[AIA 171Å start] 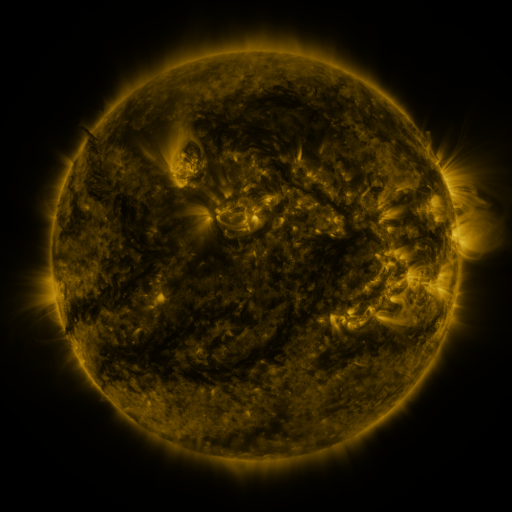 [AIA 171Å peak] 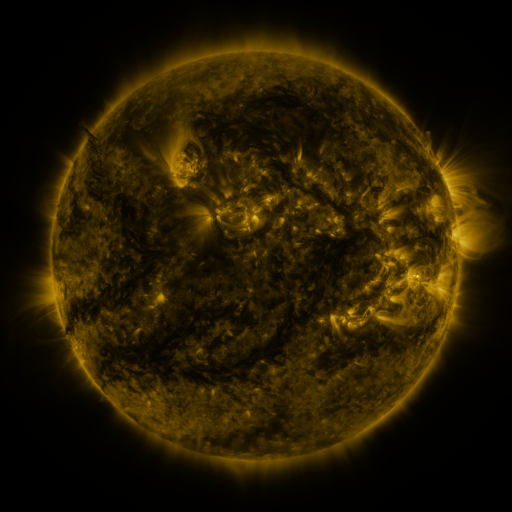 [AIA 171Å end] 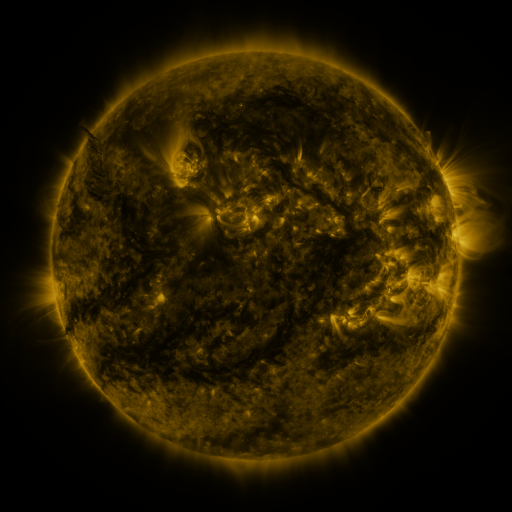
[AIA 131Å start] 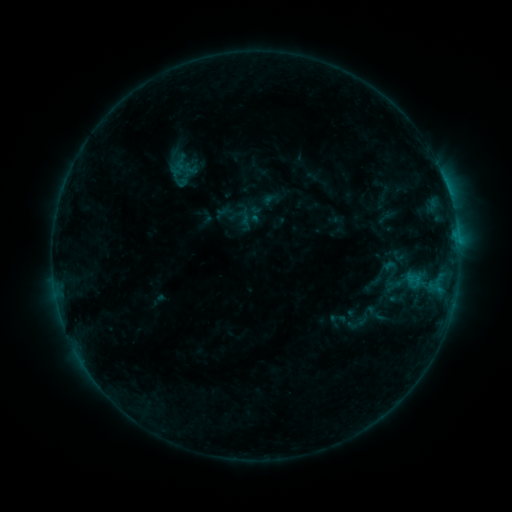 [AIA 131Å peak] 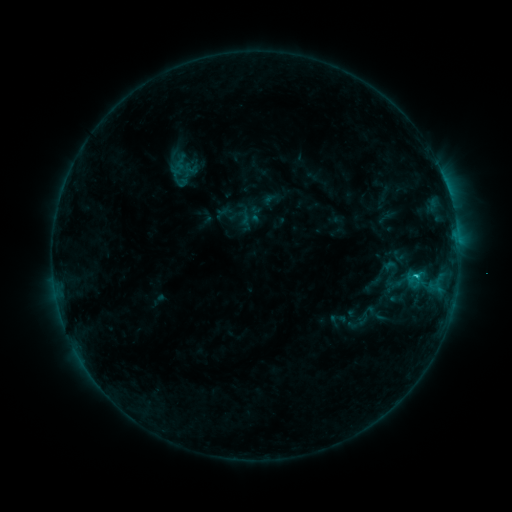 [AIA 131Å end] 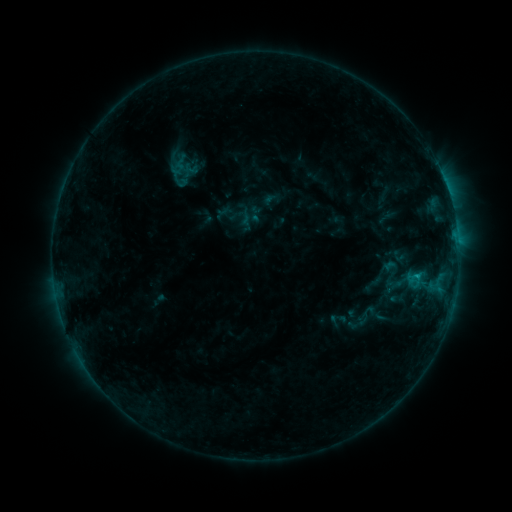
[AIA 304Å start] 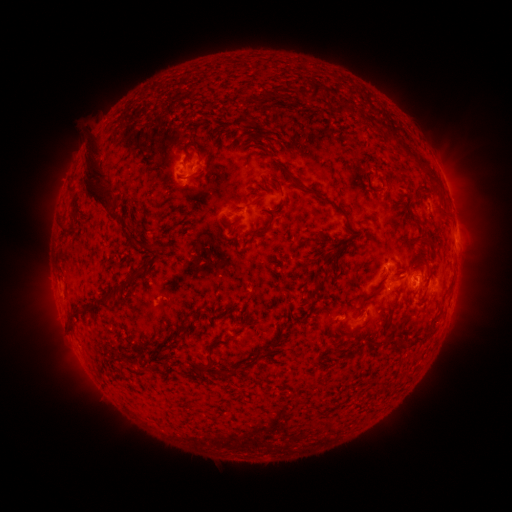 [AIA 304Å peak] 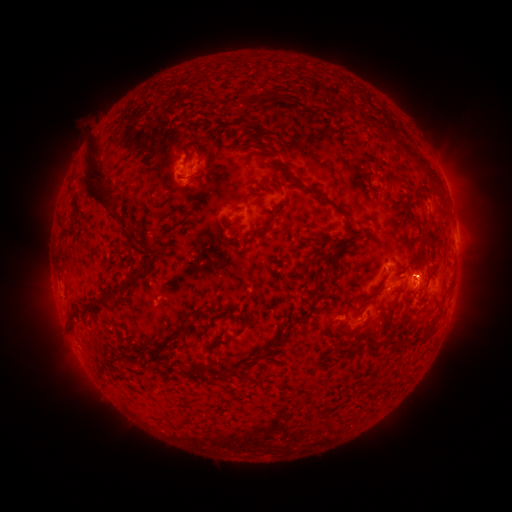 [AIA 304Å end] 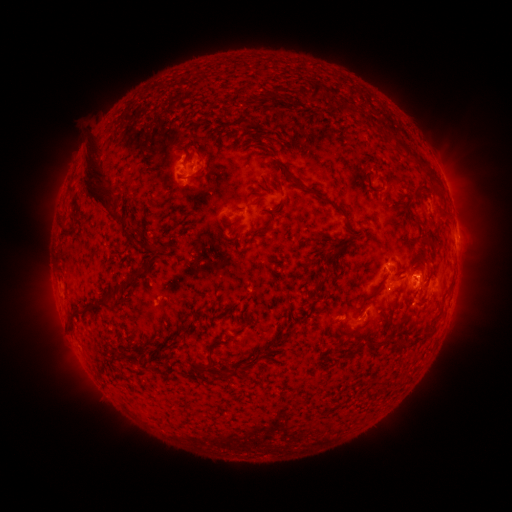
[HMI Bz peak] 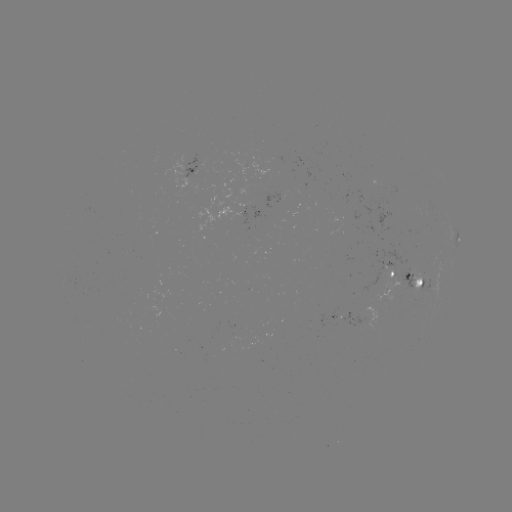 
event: flare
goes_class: C1.0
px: (414, 274)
